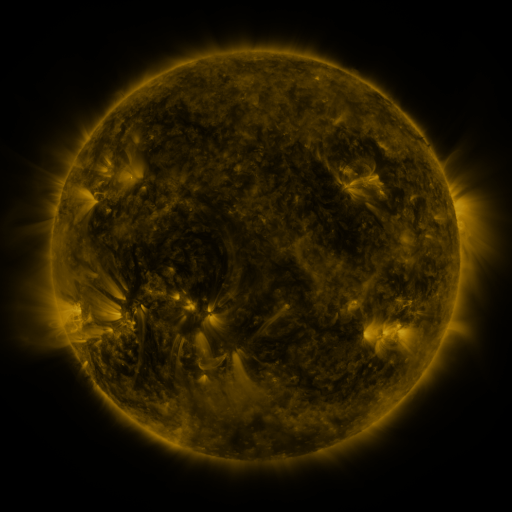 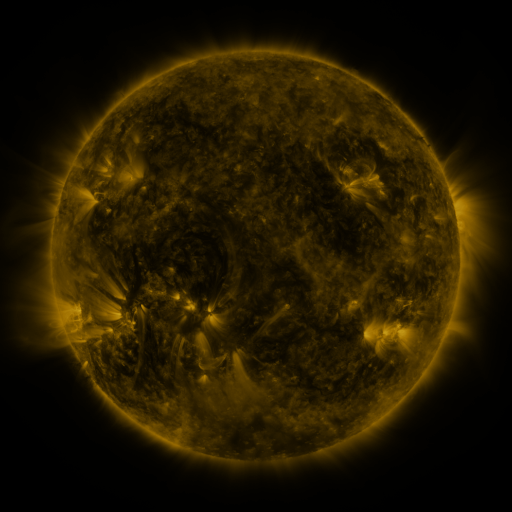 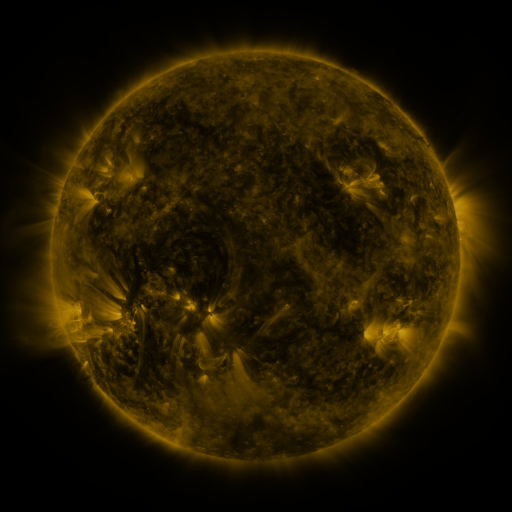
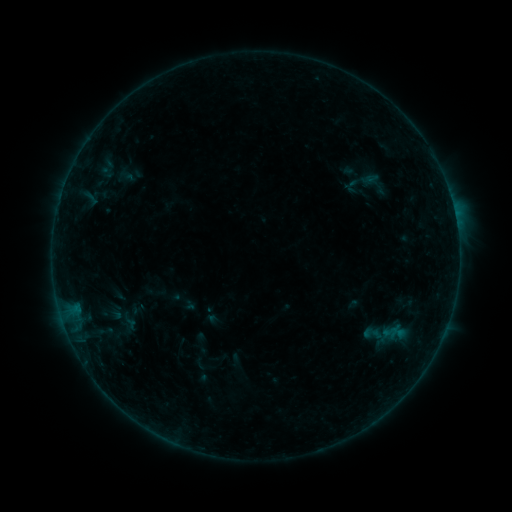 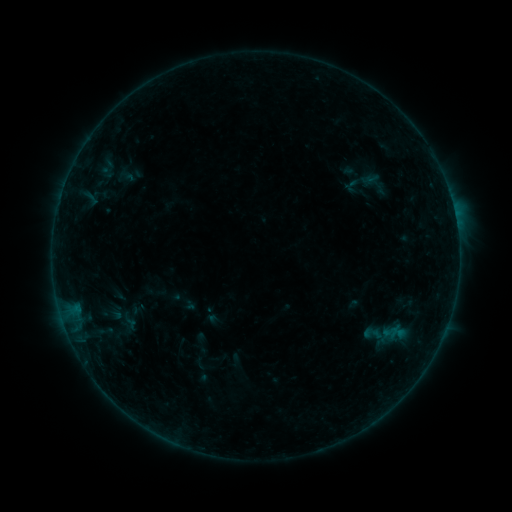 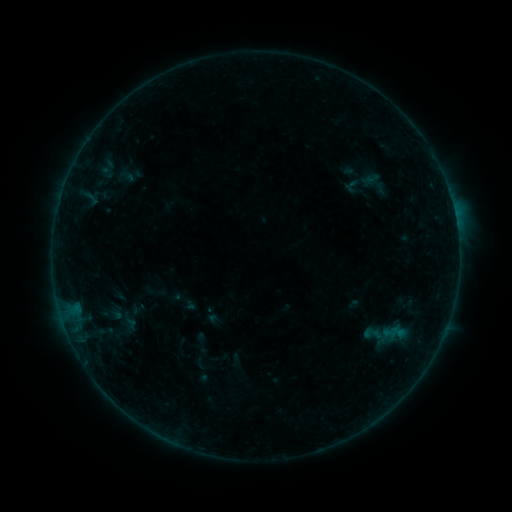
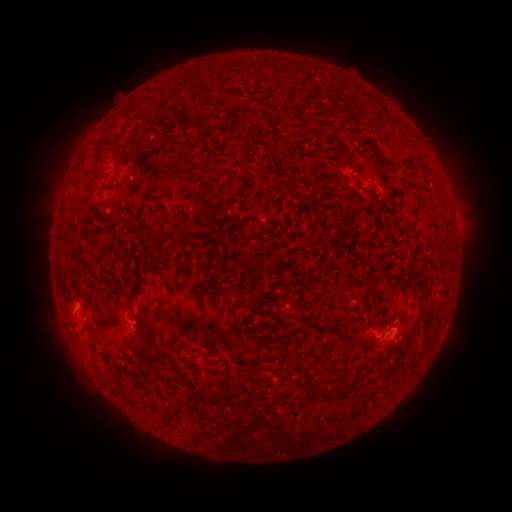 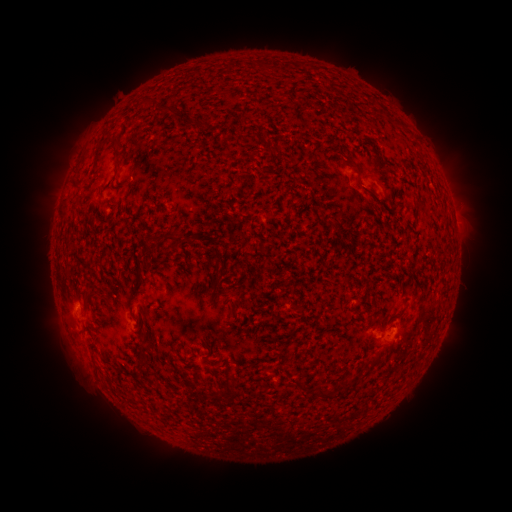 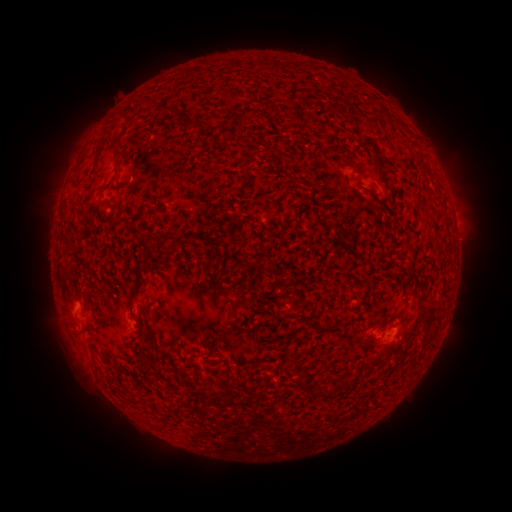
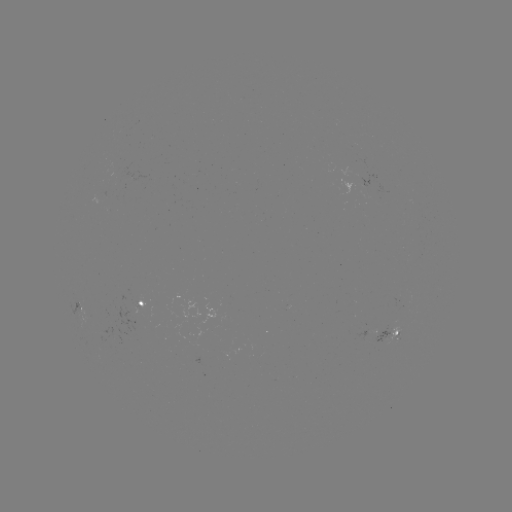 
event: flare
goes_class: B2.2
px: (76, 305)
